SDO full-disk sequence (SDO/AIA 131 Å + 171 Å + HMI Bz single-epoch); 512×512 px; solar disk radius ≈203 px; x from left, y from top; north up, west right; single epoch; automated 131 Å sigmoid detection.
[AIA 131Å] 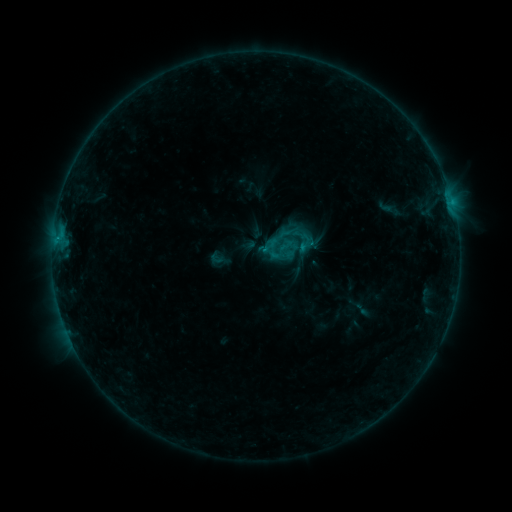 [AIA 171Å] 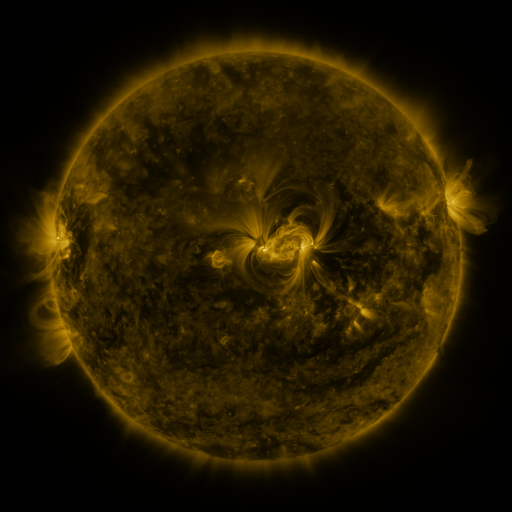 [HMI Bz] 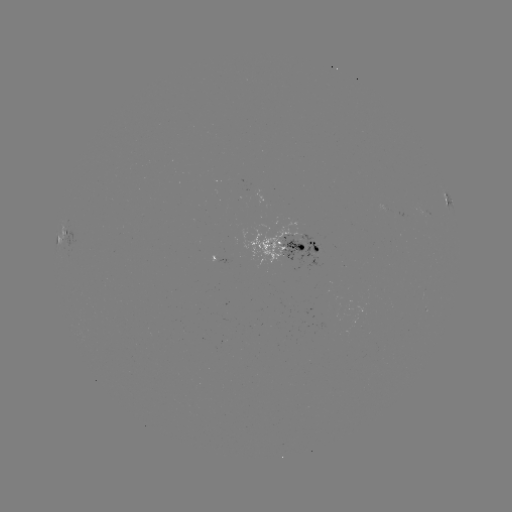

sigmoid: (293, 232, 315, 253)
